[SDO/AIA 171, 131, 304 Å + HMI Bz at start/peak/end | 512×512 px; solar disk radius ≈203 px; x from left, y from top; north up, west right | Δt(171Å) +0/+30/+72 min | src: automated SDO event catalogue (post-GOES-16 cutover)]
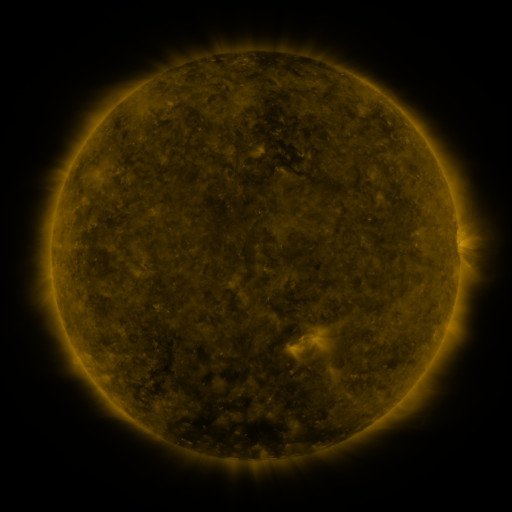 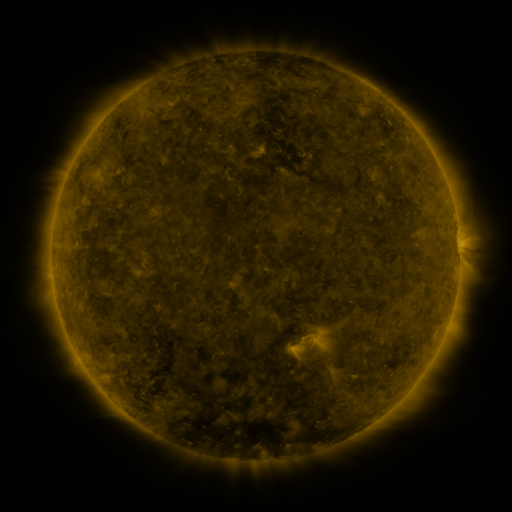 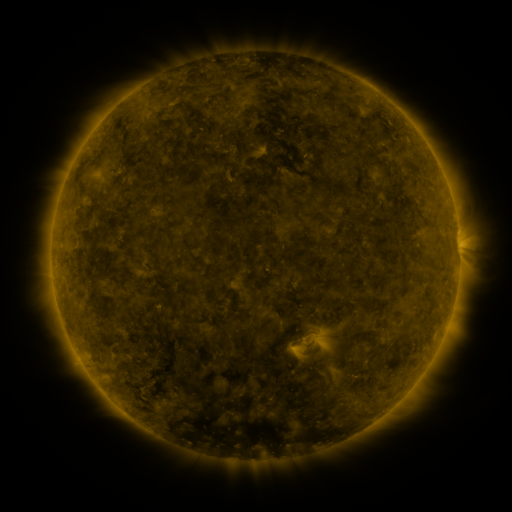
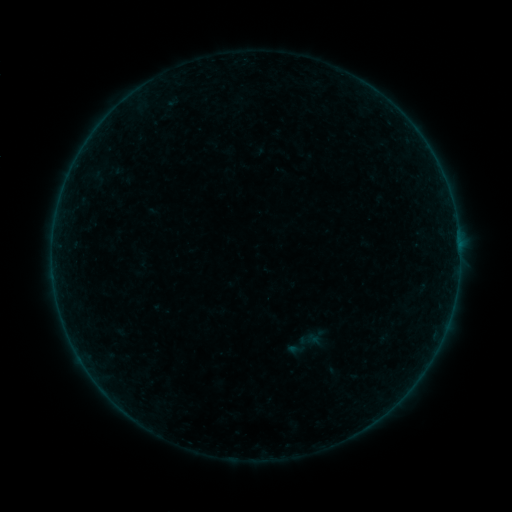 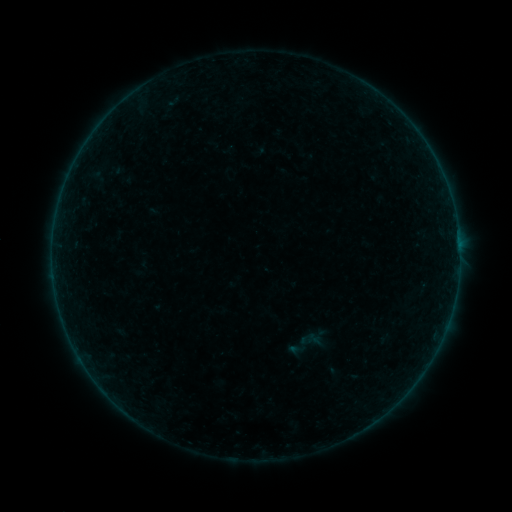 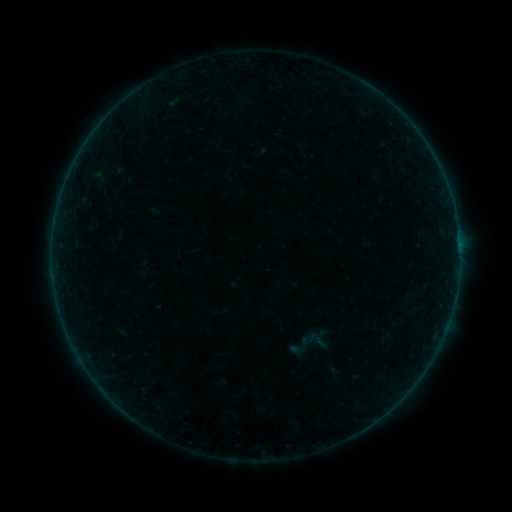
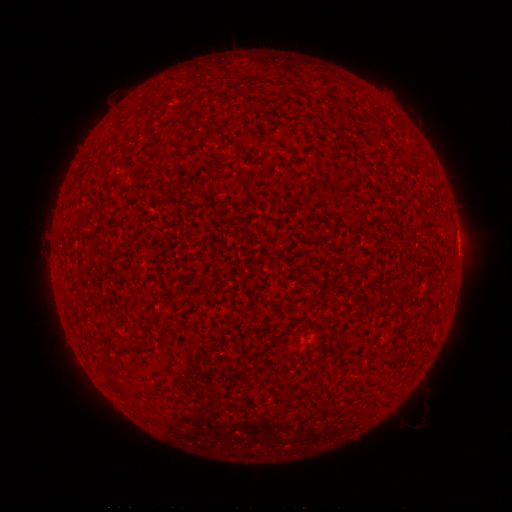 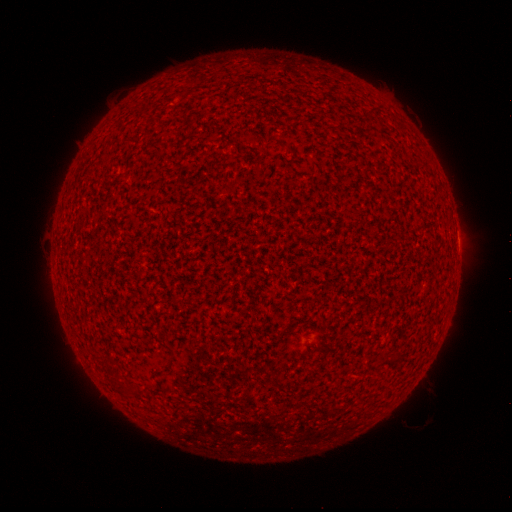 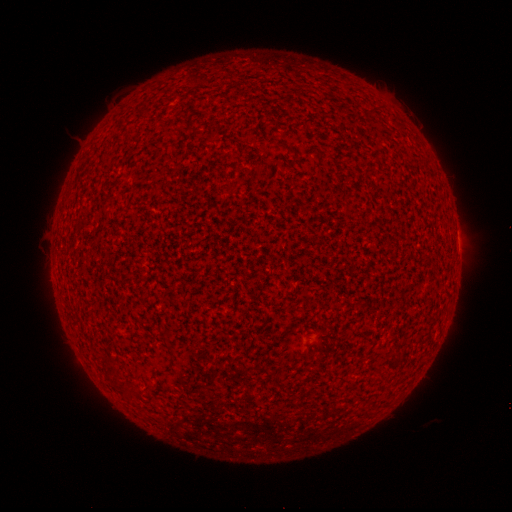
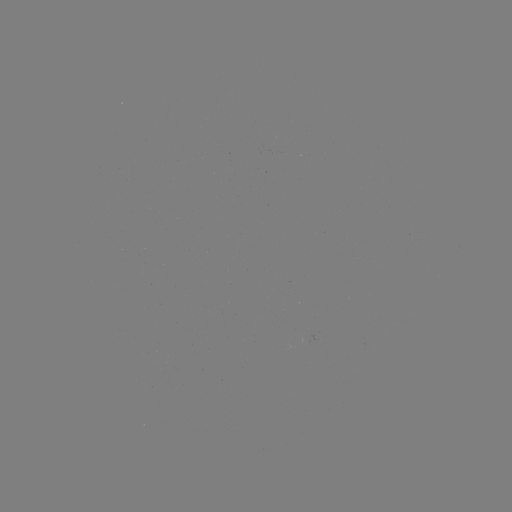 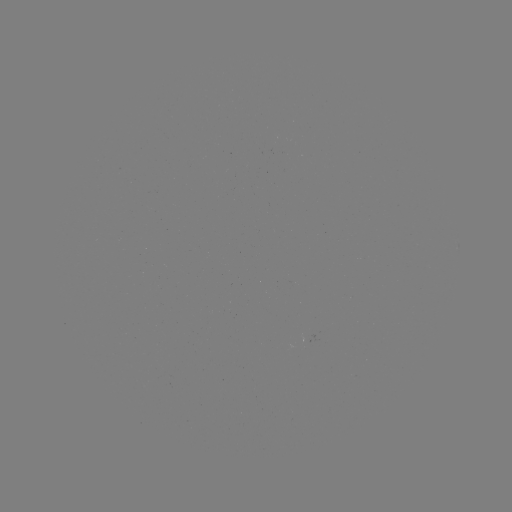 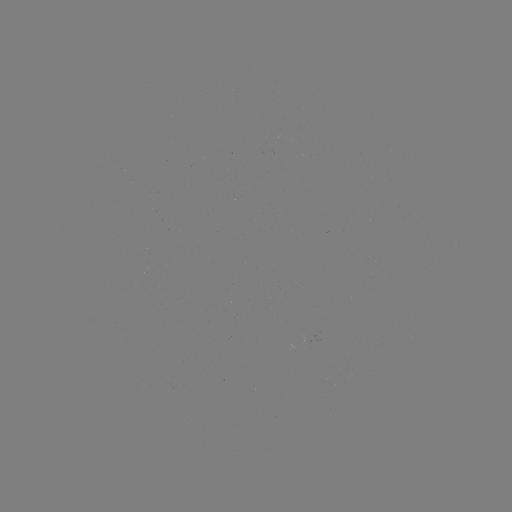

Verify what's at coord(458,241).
A9.6 flare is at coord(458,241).